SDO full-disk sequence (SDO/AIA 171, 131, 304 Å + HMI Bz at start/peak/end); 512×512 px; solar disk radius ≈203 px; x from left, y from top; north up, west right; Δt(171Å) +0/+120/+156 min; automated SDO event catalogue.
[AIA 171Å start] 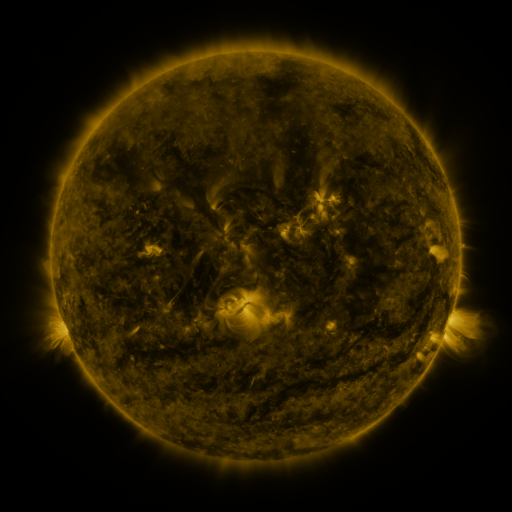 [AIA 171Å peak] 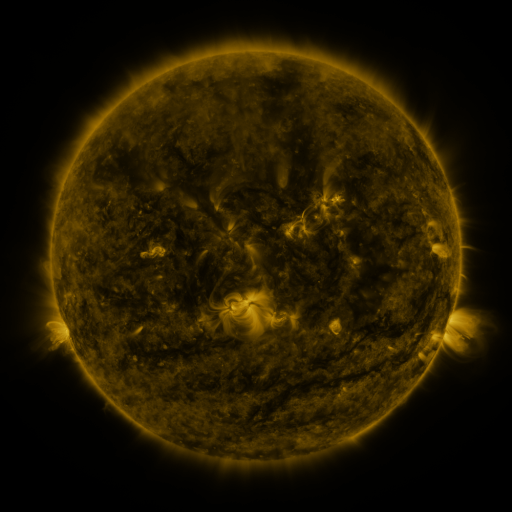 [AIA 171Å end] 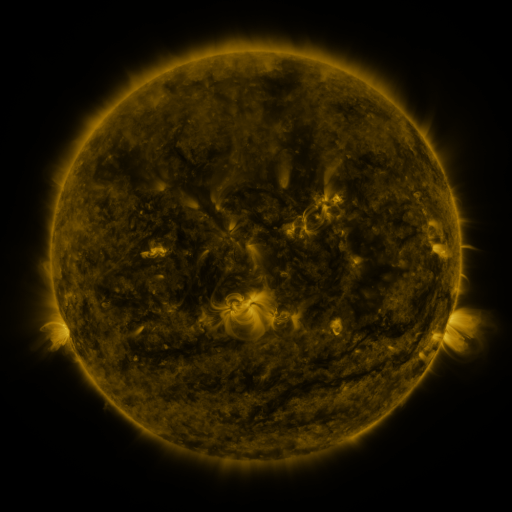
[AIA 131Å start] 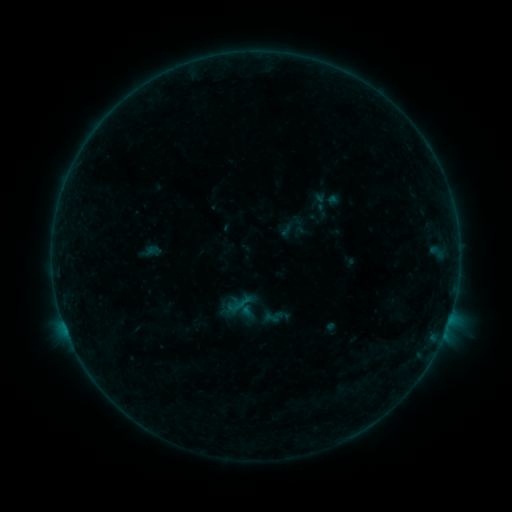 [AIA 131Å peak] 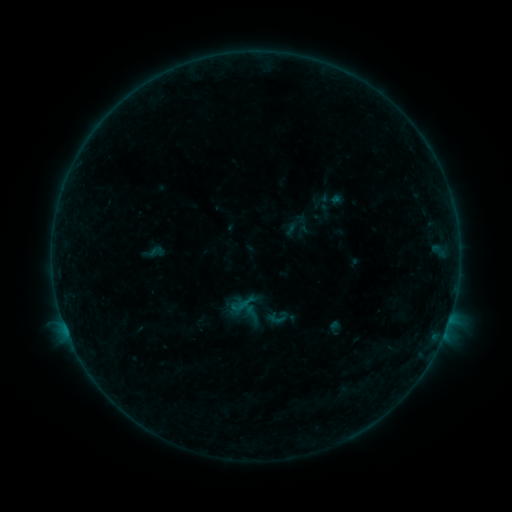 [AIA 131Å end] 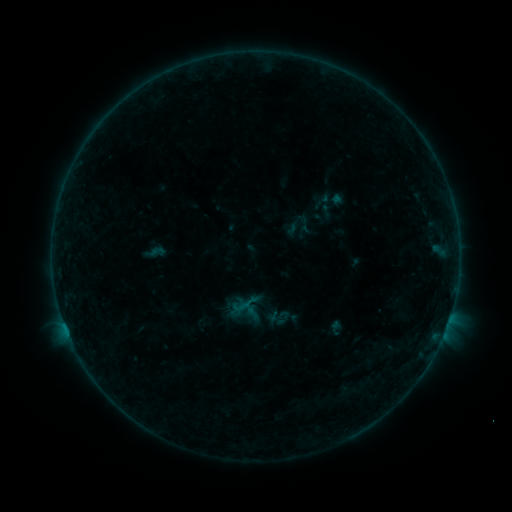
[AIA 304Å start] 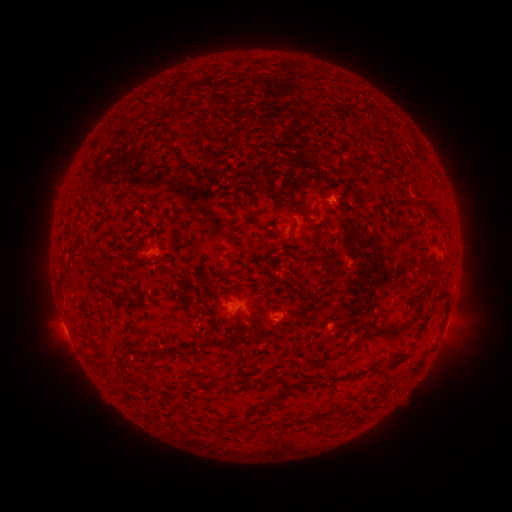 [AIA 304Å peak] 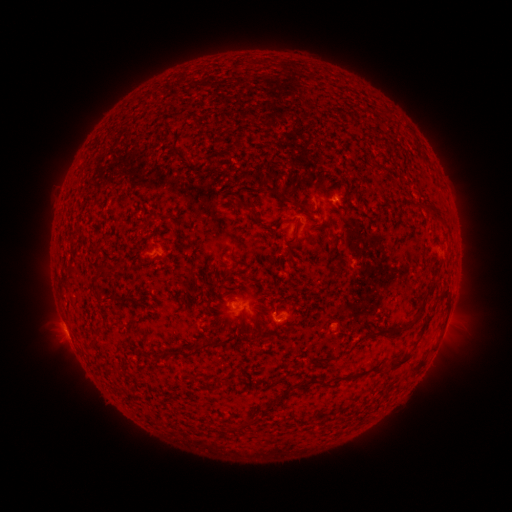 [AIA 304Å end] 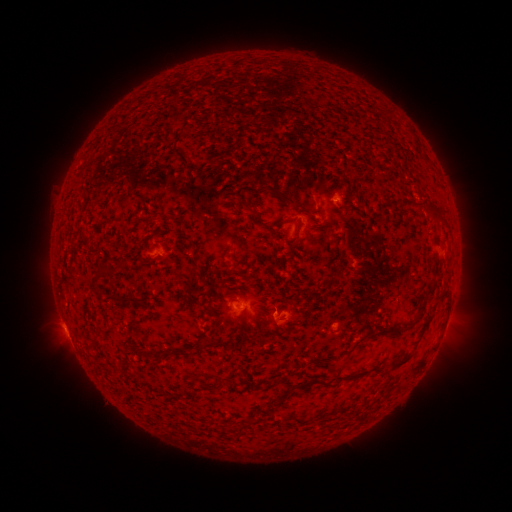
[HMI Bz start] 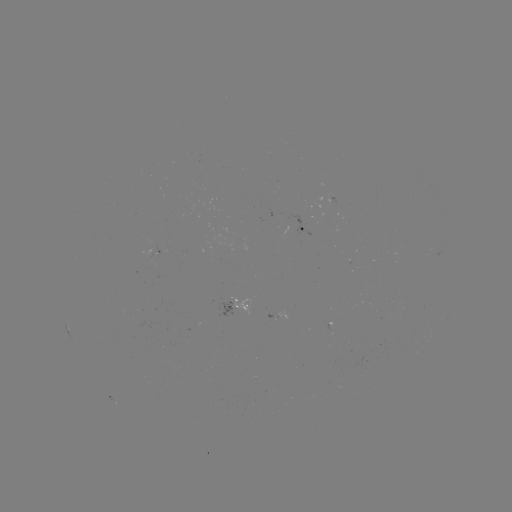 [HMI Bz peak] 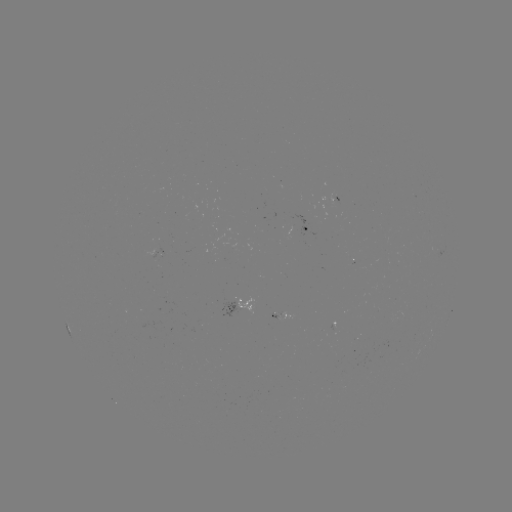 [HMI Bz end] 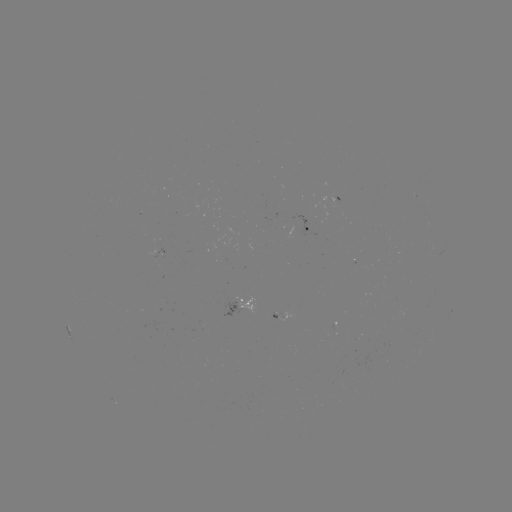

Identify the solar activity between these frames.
emerging-flux region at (329, 330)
